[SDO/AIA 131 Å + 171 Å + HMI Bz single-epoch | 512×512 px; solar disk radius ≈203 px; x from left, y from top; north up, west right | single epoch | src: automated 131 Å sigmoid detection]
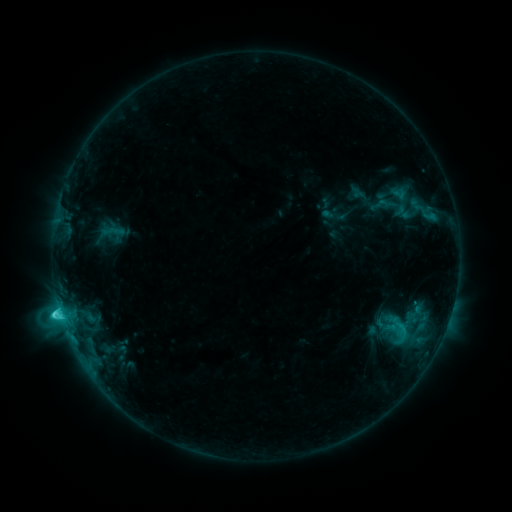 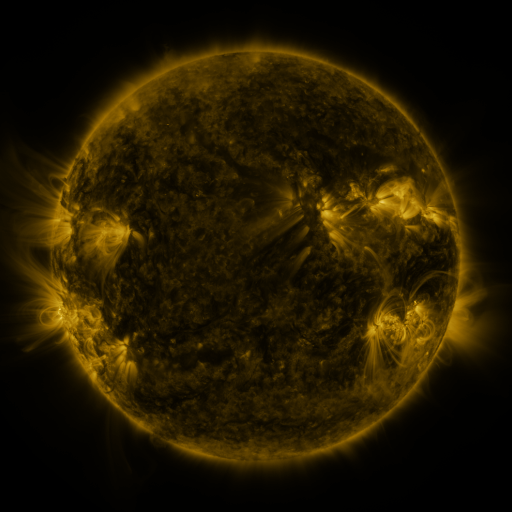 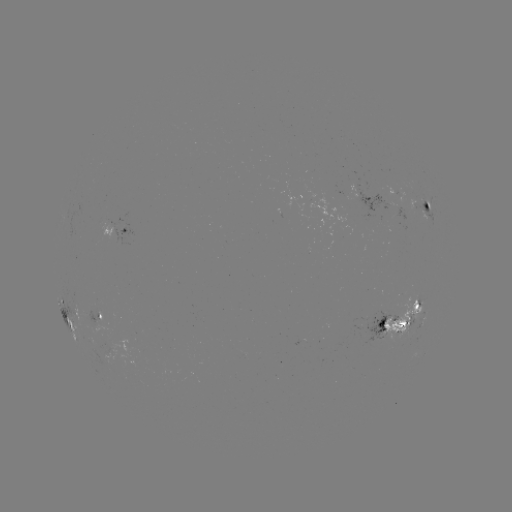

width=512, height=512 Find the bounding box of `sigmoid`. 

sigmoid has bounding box [389, 316, 412, 339].